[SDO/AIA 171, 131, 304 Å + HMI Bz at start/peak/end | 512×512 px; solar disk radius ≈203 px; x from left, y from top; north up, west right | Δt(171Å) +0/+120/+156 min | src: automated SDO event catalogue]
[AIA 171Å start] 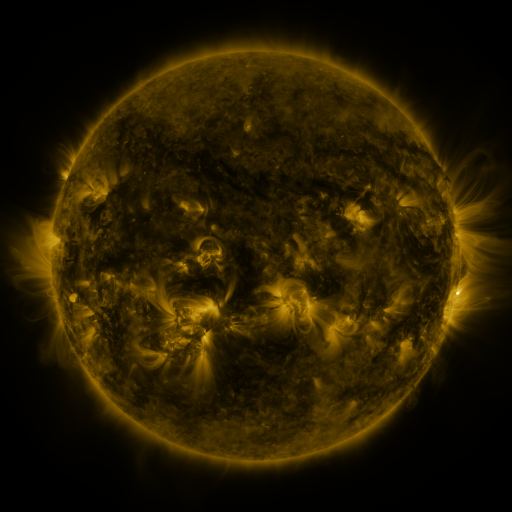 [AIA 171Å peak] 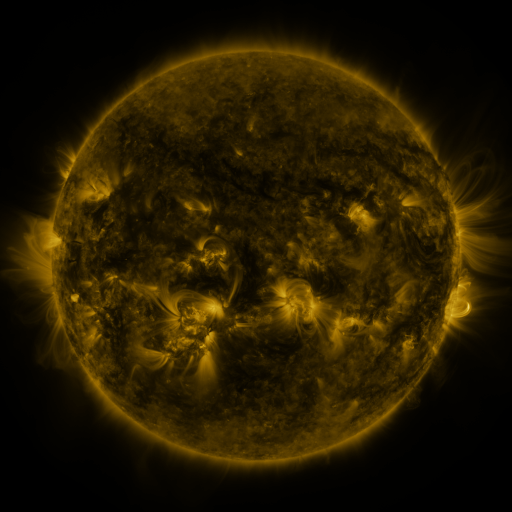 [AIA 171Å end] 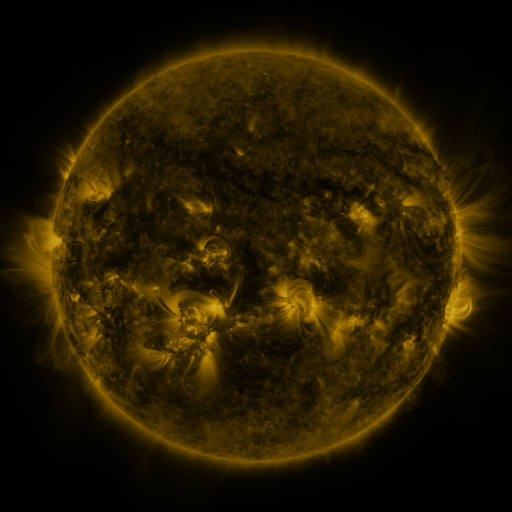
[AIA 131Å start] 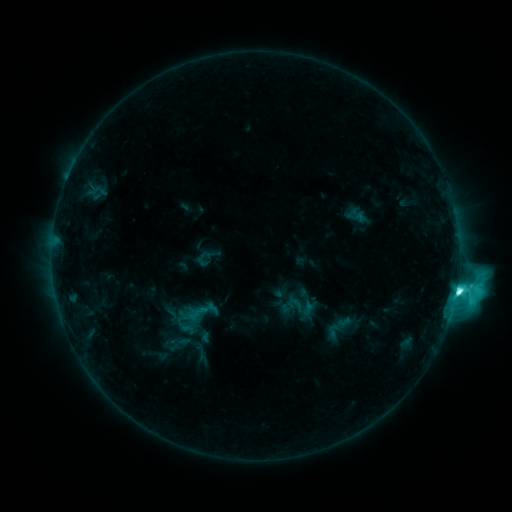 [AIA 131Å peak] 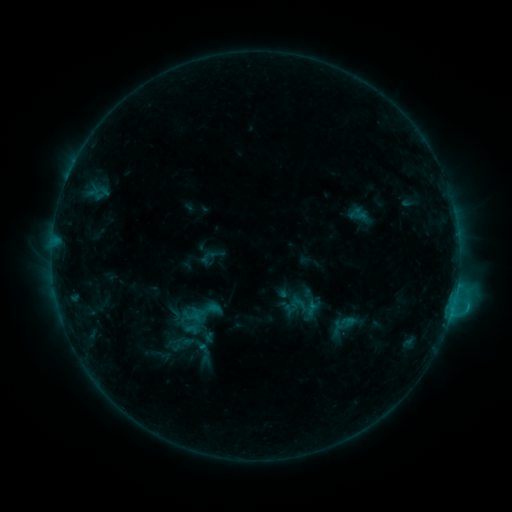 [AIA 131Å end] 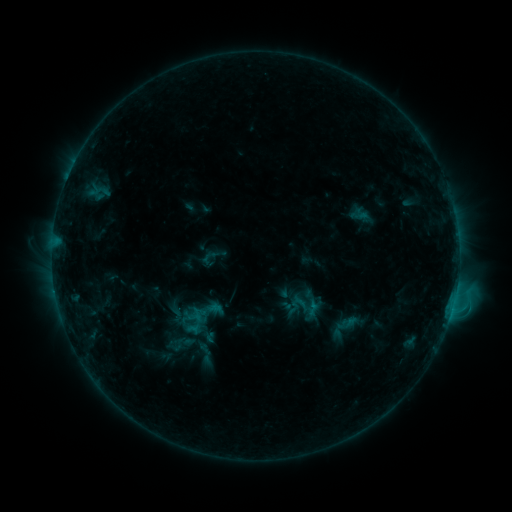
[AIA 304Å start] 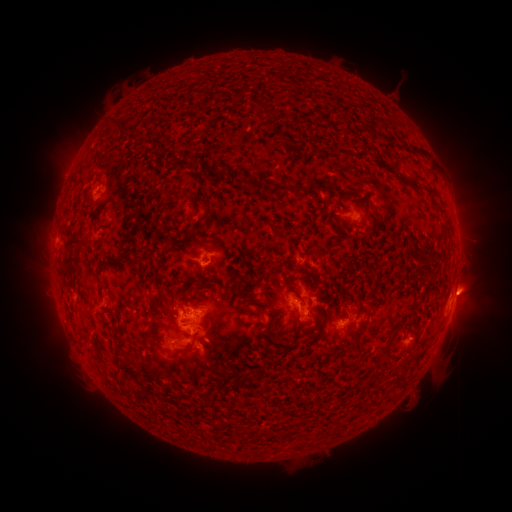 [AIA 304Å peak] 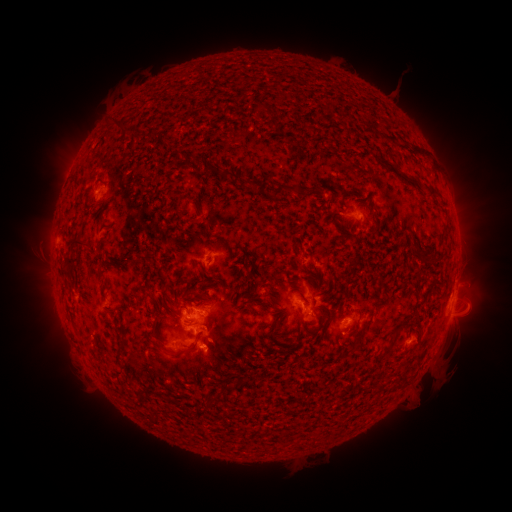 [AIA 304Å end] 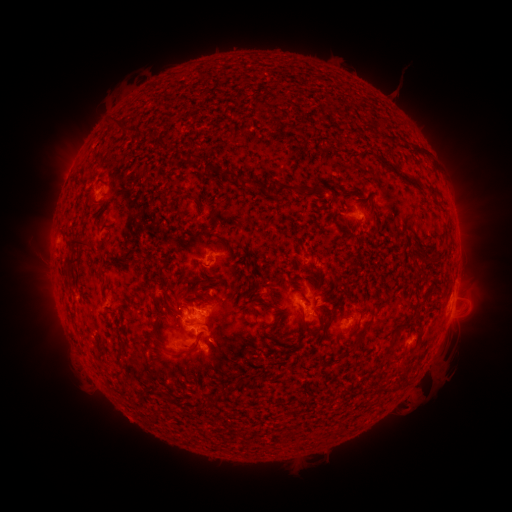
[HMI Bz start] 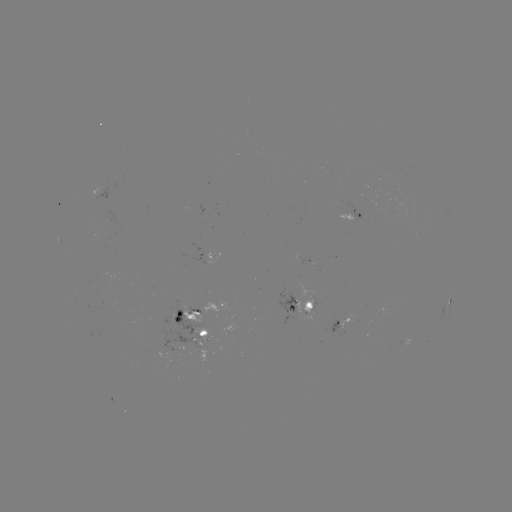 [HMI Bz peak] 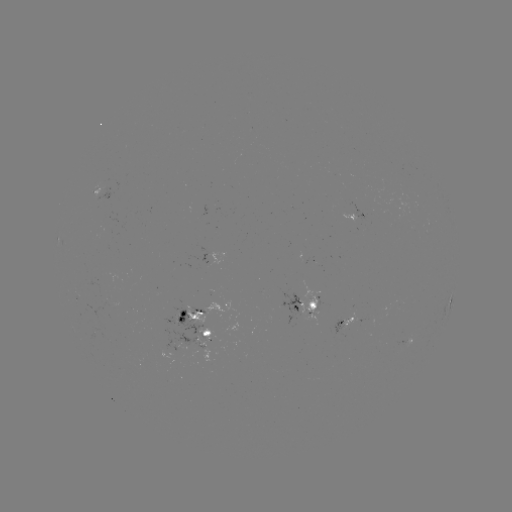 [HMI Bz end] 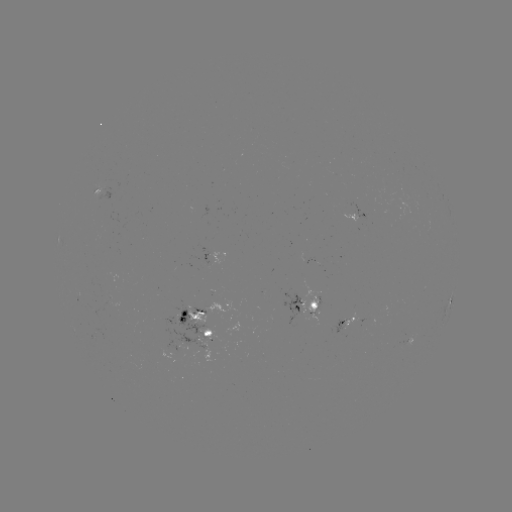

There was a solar emerging-flux region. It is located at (307, 290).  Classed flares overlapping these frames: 1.